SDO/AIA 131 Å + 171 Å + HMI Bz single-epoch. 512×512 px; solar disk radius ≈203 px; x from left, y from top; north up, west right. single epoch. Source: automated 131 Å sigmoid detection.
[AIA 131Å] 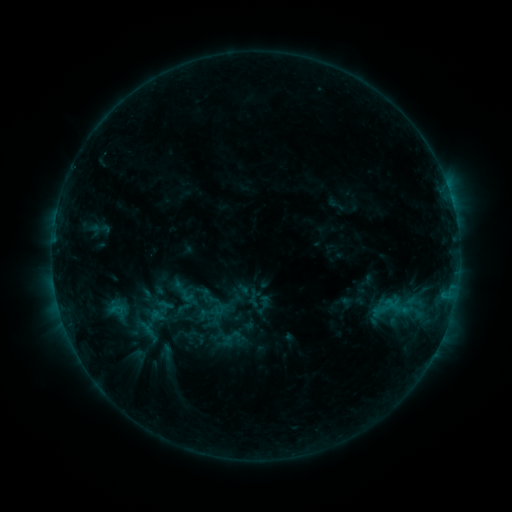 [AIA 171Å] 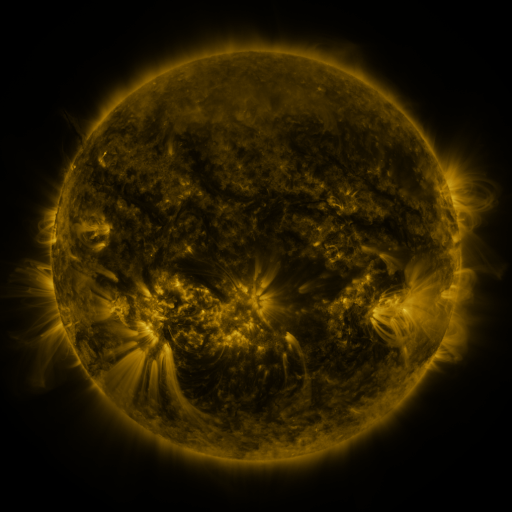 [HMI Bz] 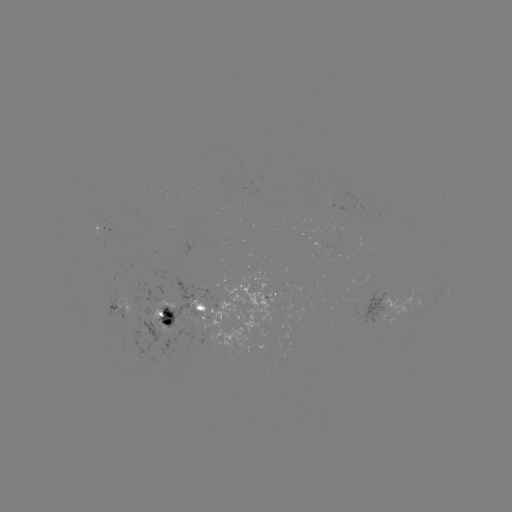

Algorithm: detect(sigmoid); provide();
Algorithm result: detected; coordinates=215,310